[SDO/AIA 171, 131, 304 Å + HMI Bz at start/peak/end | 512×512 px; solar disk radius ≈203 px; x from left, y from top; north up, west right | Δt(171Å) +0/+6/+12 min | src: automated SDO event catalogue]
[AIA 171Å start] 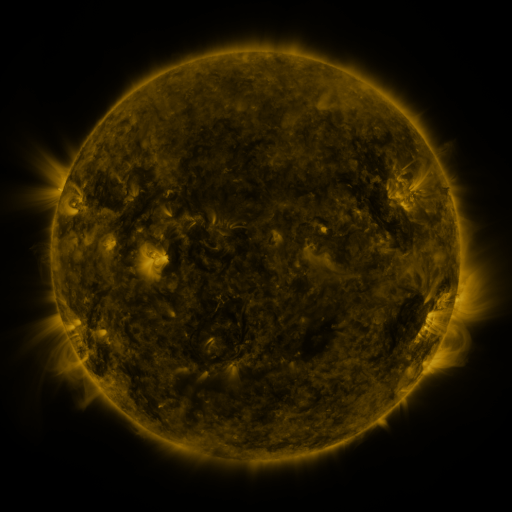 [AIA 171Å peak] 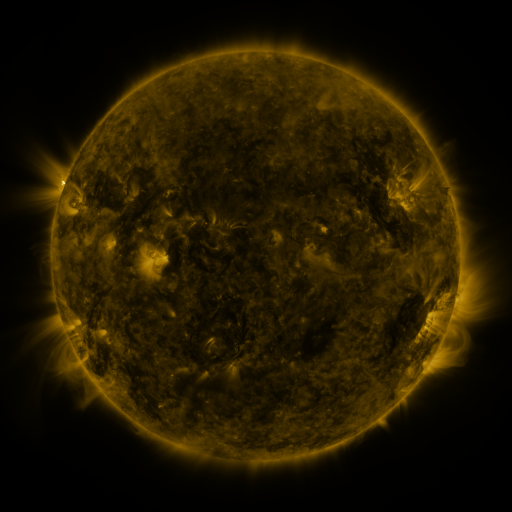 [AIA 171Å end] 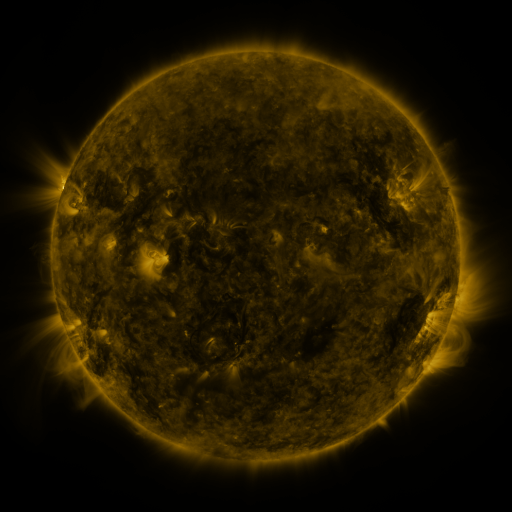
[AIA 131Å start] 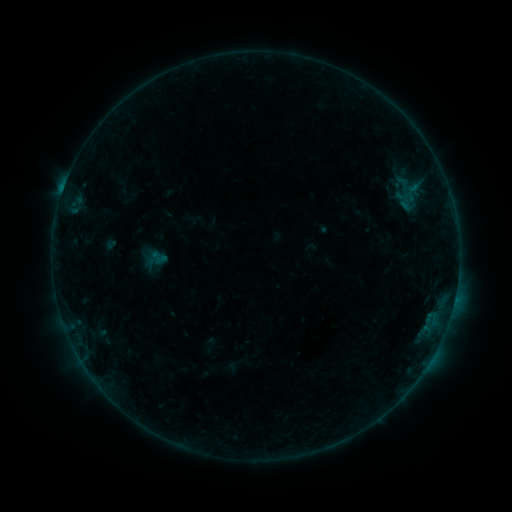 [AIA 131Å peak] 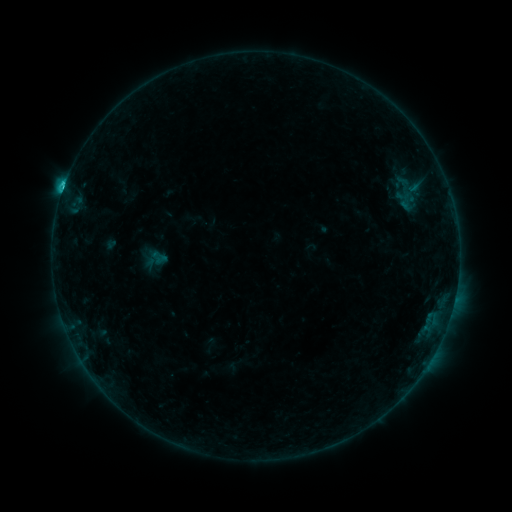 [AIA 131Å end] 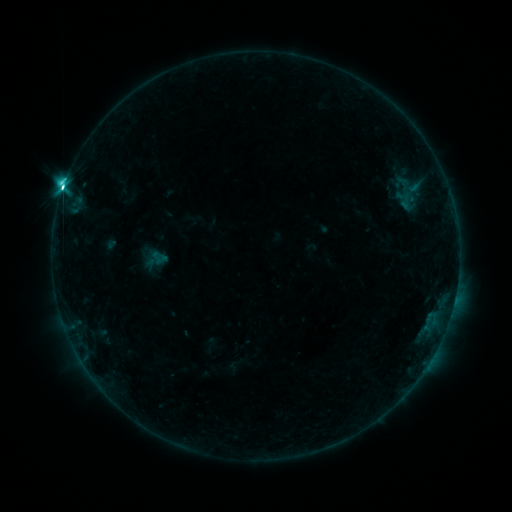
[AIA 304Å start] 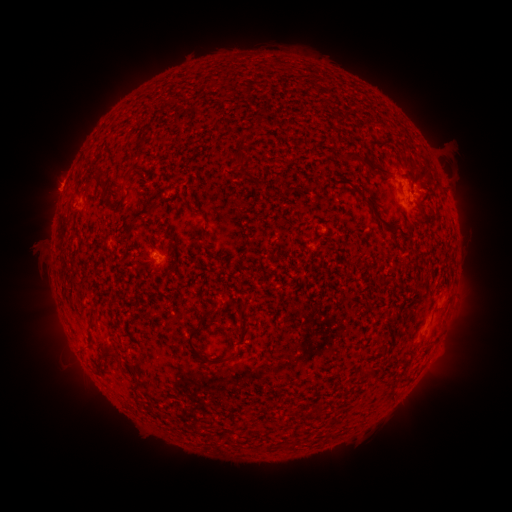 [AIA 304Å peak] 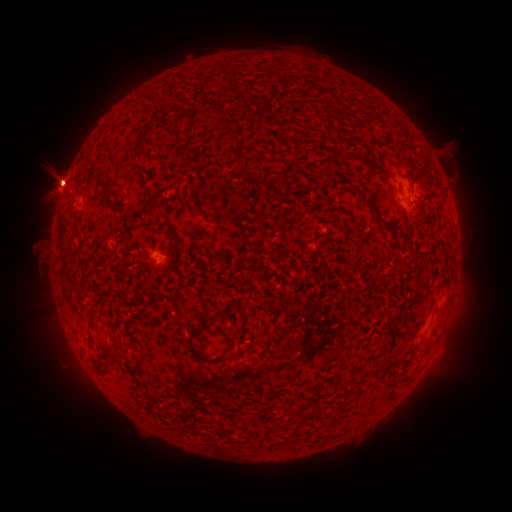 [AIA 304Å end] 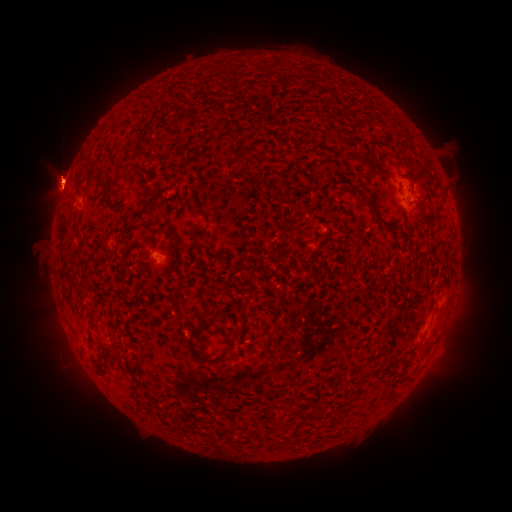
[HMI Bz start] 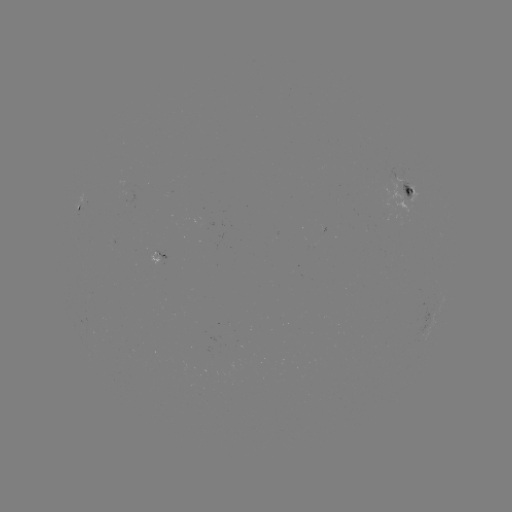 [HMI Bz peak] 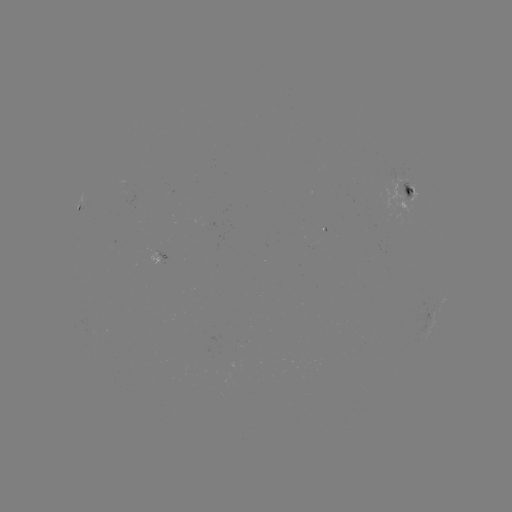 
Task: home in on M2.4 flare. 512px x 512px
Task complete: (62, 194).